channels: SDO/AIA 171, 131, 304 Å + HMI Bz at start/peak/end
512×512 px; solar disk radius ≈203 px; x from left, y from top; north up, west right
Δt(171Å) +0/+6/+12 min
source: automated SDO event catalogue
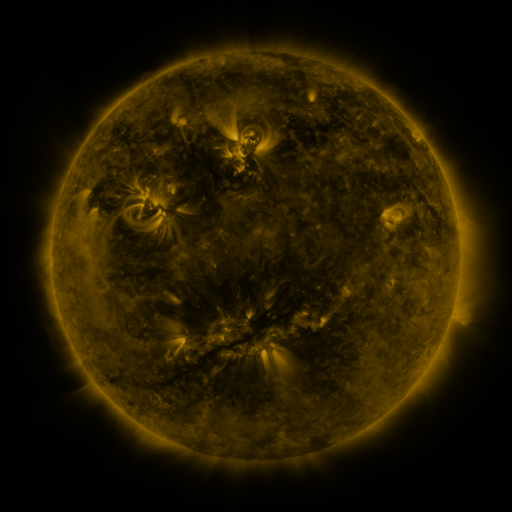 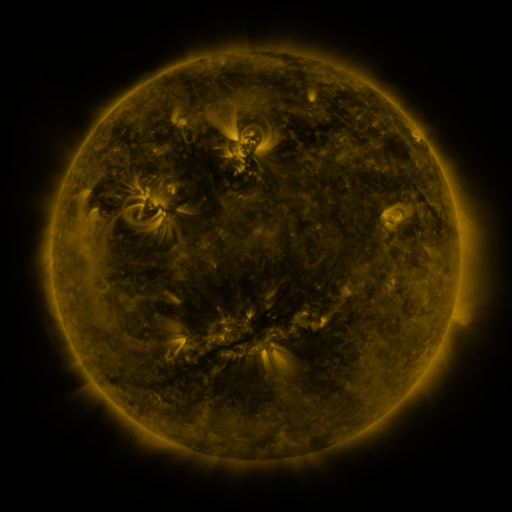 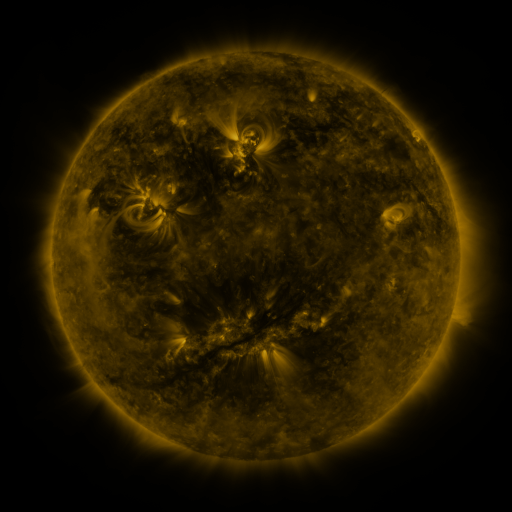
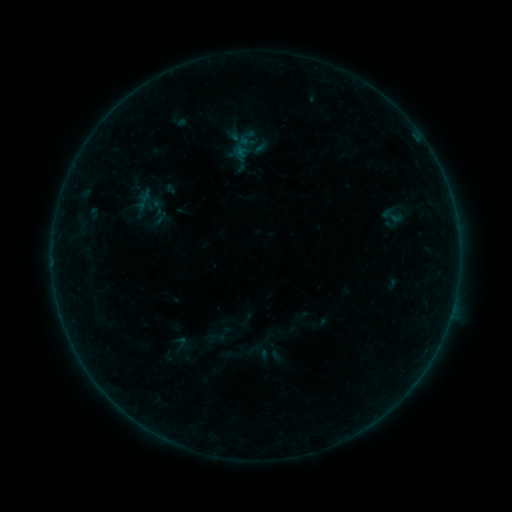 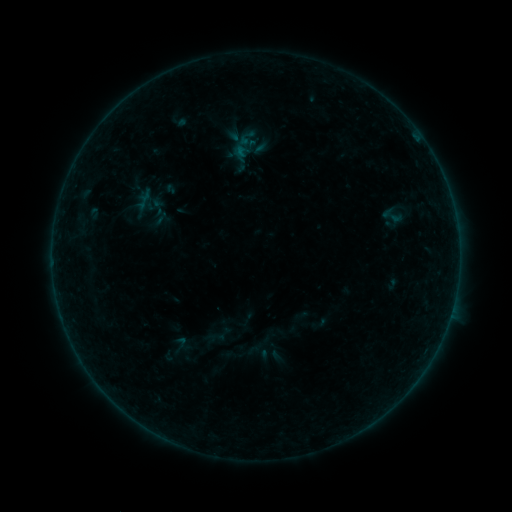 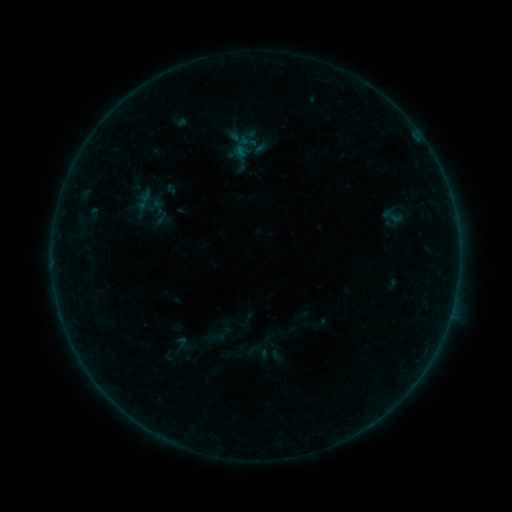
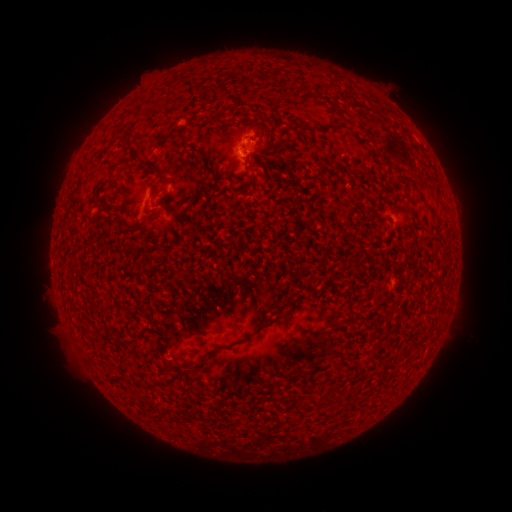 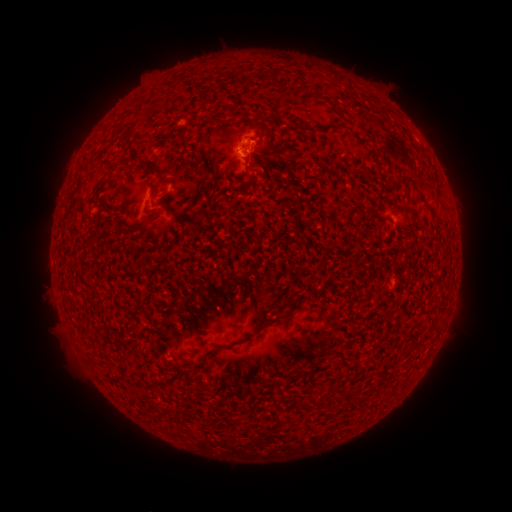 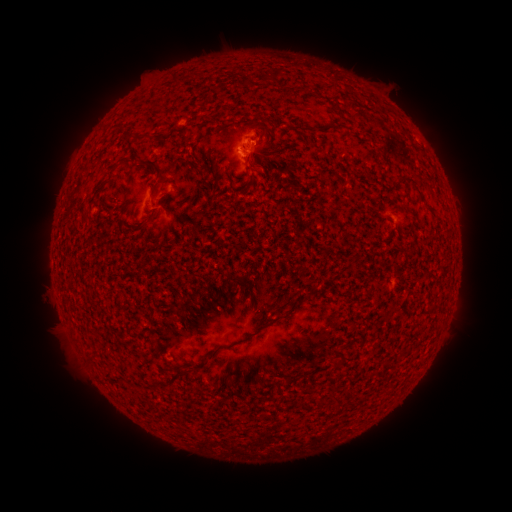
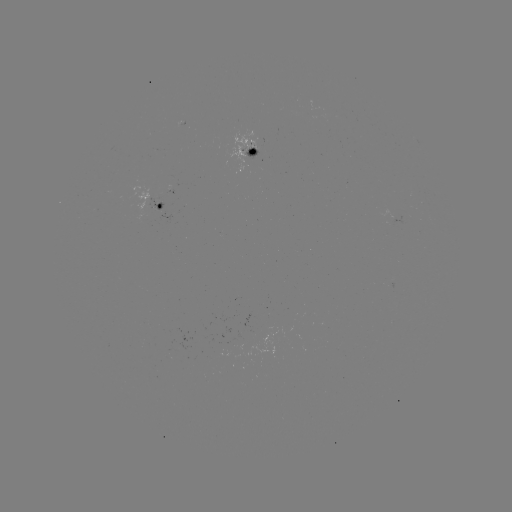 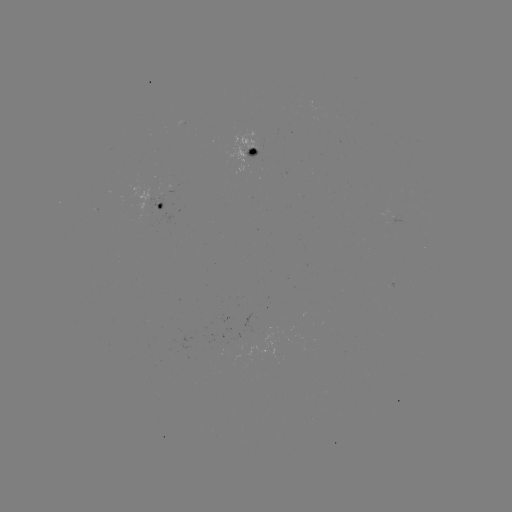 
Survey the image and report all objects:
B1.4 flare: (253, 144)
